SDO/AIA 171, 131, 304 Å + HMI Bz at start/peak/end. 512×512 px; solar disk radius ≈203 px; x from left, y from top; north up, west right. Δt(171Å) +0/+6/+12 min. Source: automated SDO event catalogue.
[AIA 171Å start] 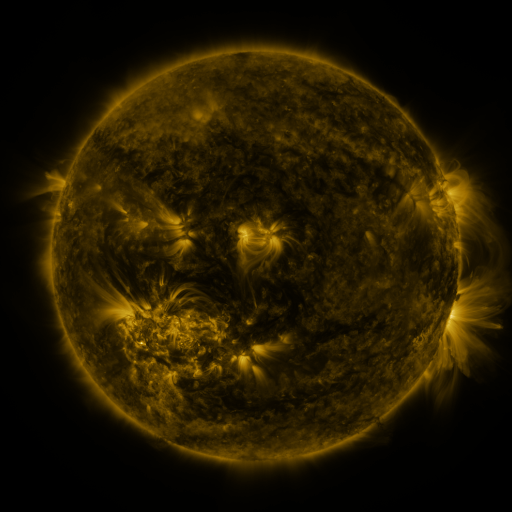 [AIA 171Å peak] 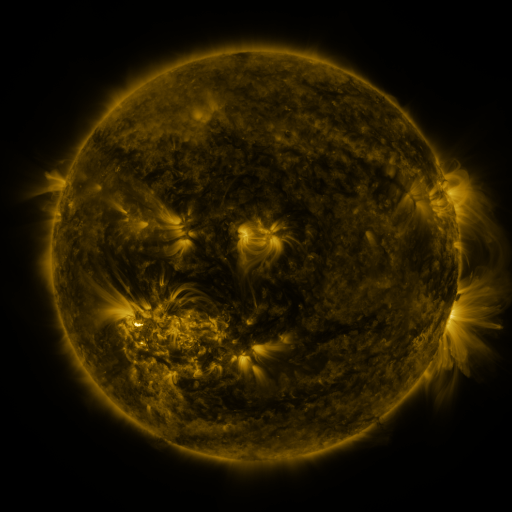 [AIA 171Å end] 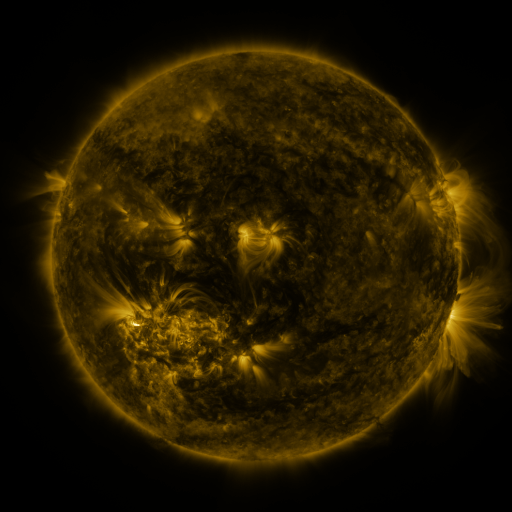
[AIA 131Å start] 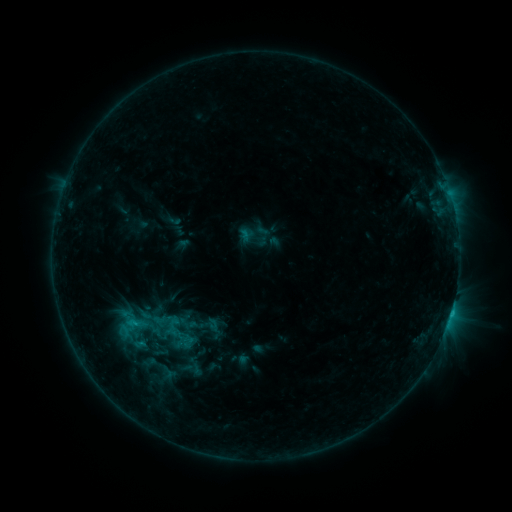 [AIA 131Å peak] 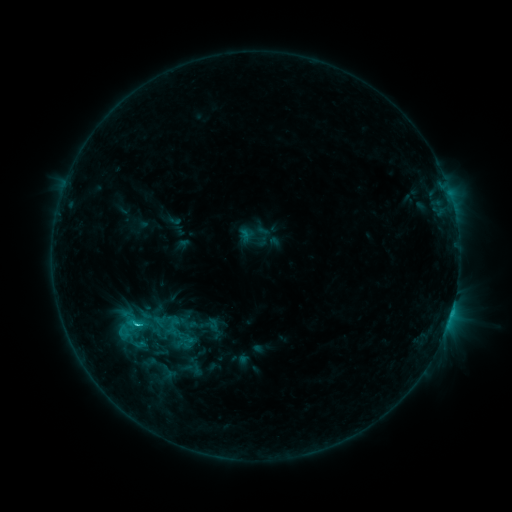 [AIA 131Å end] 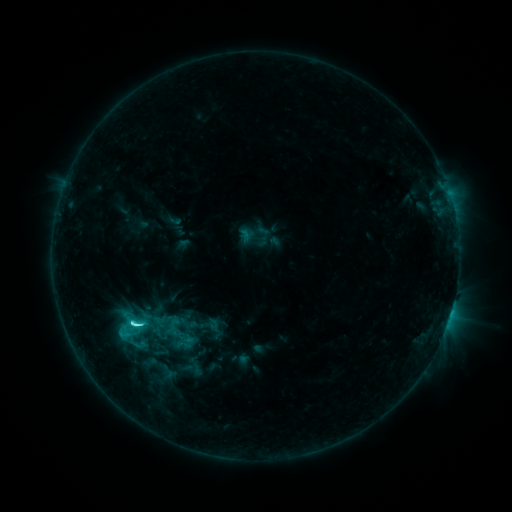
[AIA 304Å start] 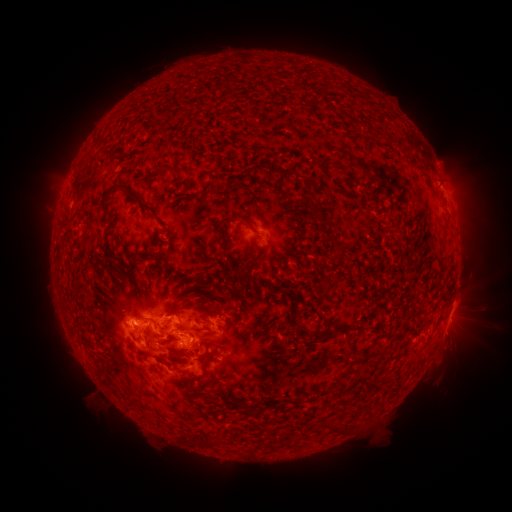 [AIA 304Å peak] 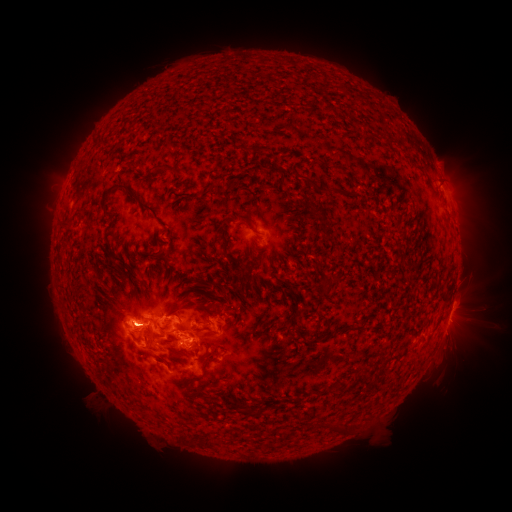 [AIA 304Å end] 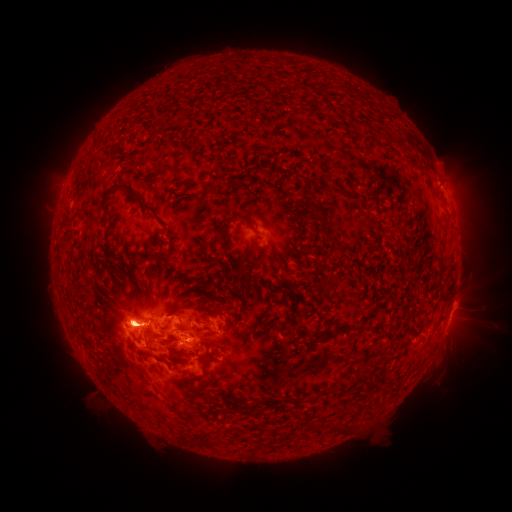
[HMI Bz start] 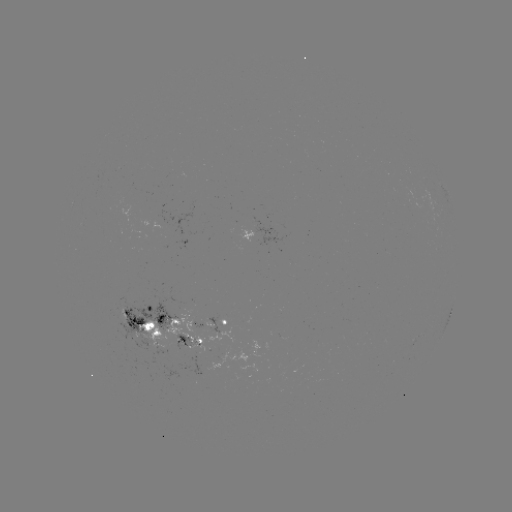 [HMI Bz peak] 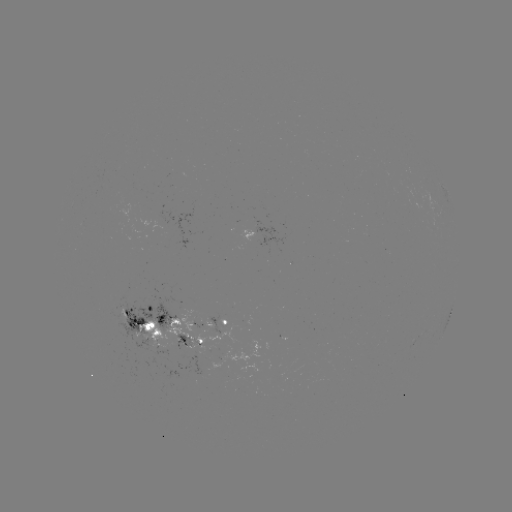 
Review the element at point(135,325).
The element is M1.1 flare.